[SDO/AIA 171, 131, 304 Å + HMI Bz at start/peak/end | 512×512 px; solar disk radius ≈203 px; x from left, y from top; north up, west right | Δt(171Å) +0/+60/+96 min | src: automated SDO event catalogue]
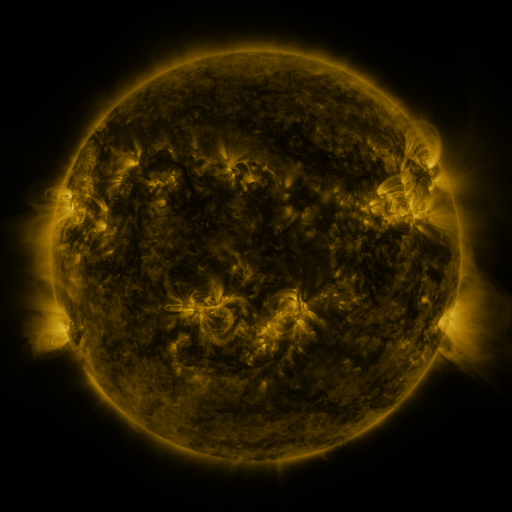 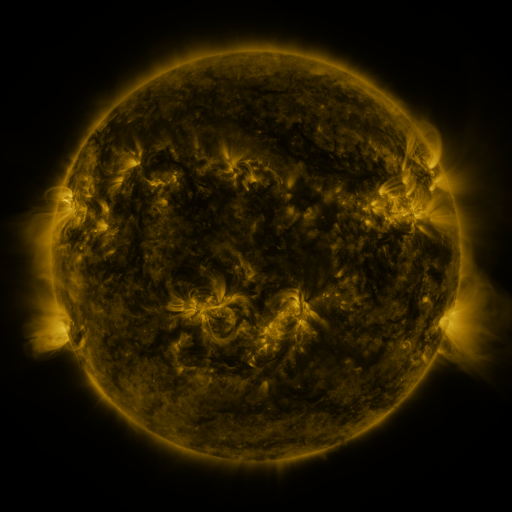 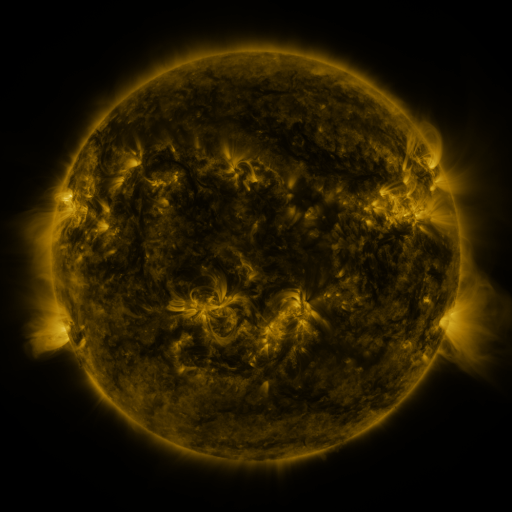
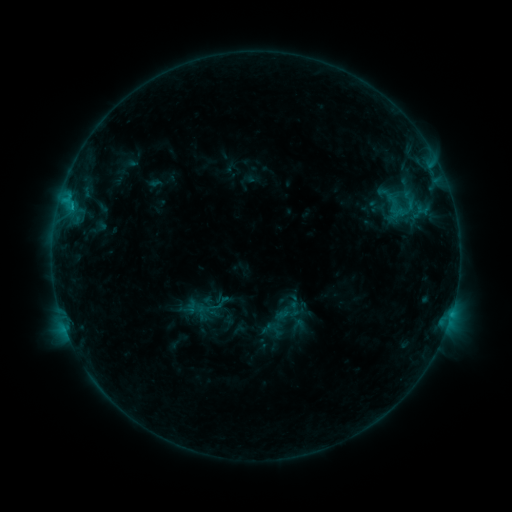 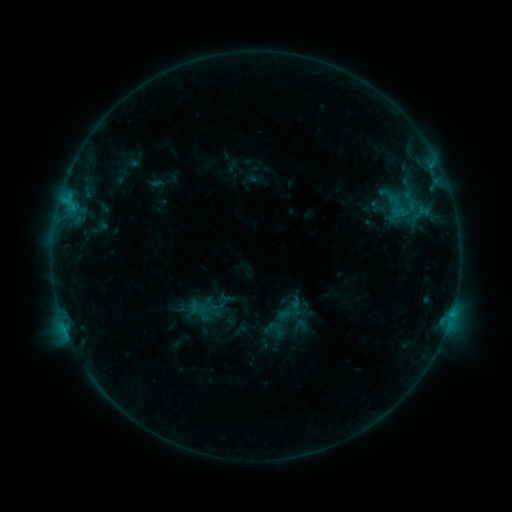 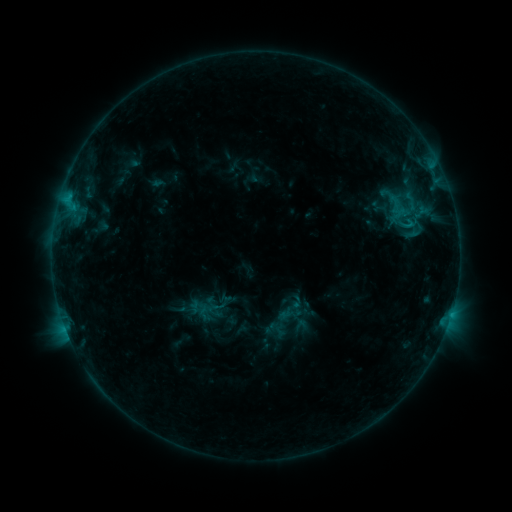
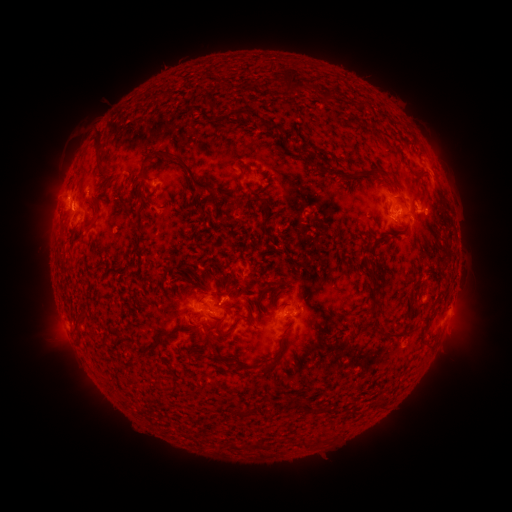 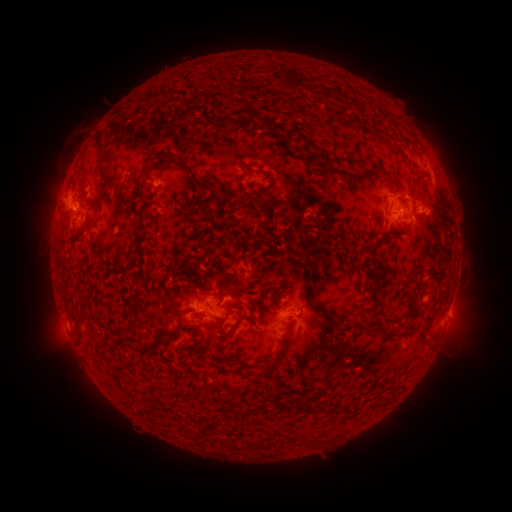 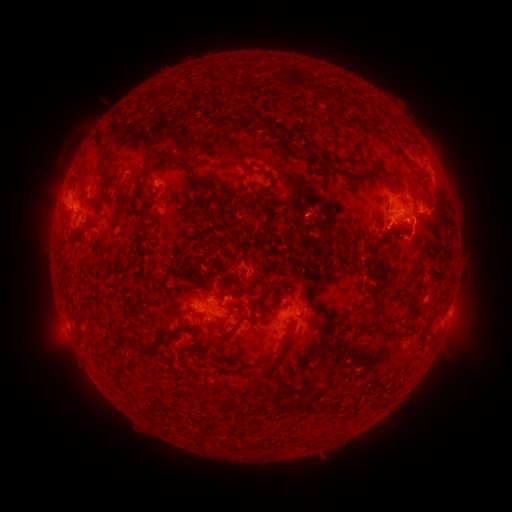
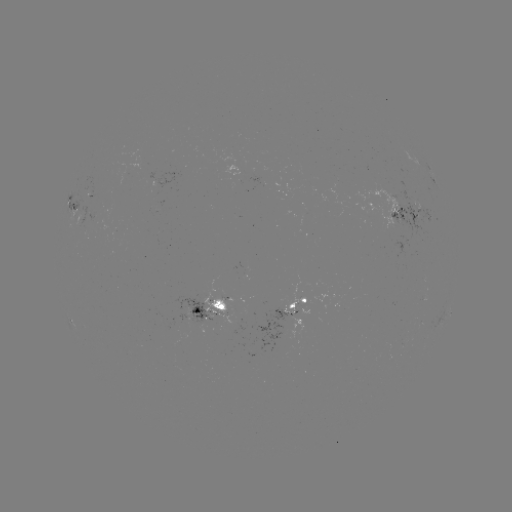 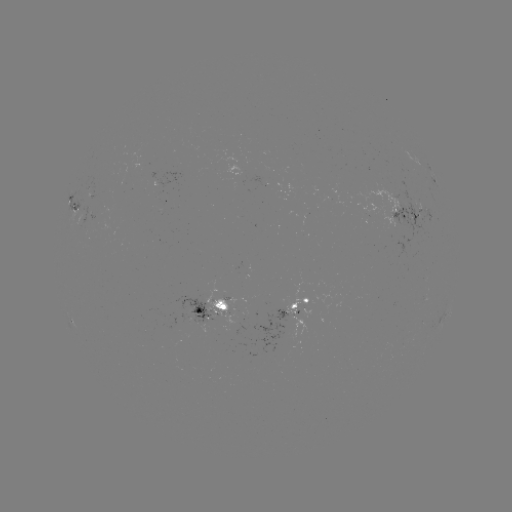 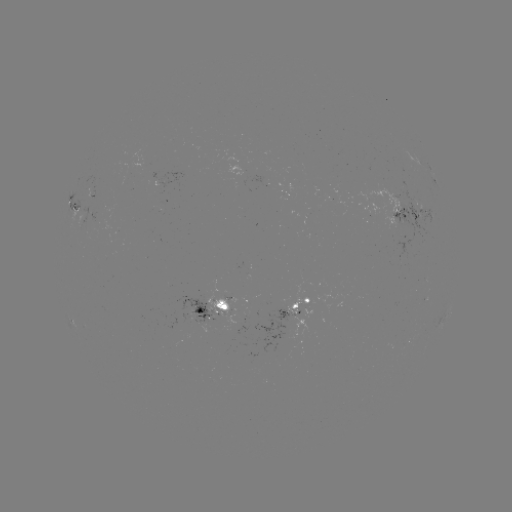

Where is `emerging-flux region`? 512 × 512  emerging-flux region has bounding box [178, 310, 191, 322].